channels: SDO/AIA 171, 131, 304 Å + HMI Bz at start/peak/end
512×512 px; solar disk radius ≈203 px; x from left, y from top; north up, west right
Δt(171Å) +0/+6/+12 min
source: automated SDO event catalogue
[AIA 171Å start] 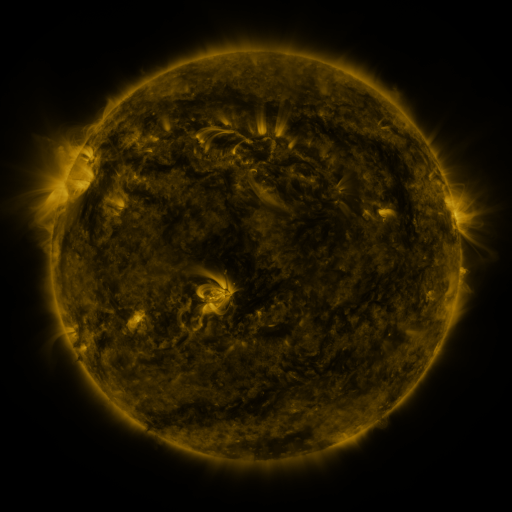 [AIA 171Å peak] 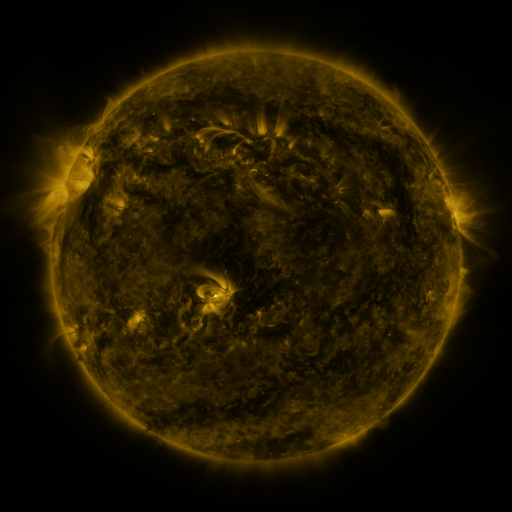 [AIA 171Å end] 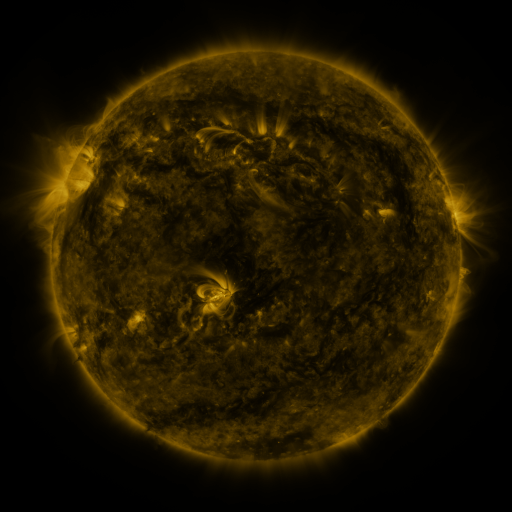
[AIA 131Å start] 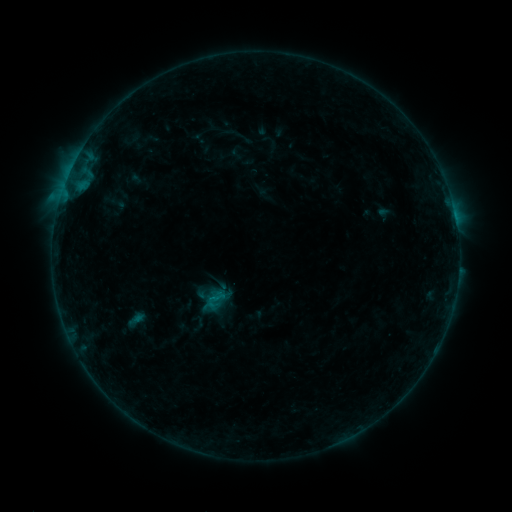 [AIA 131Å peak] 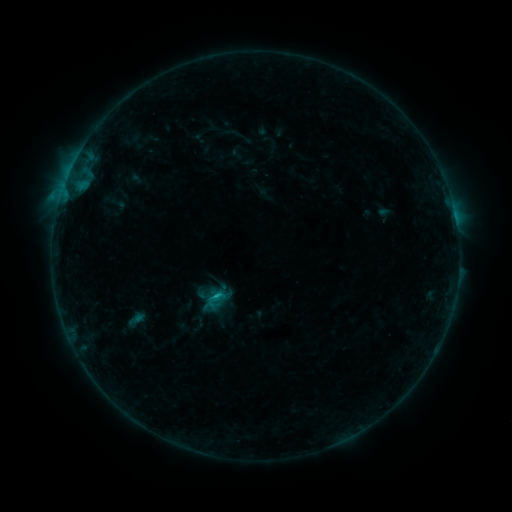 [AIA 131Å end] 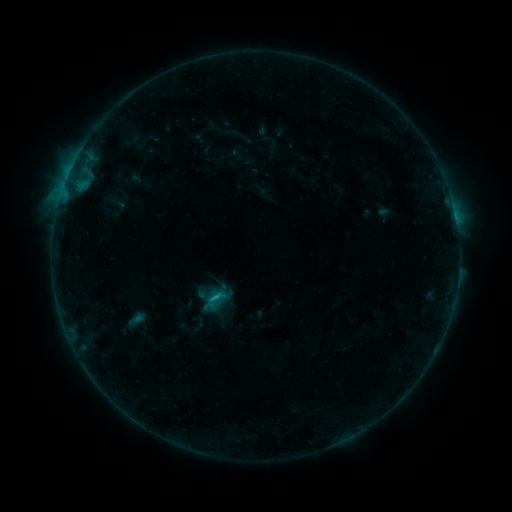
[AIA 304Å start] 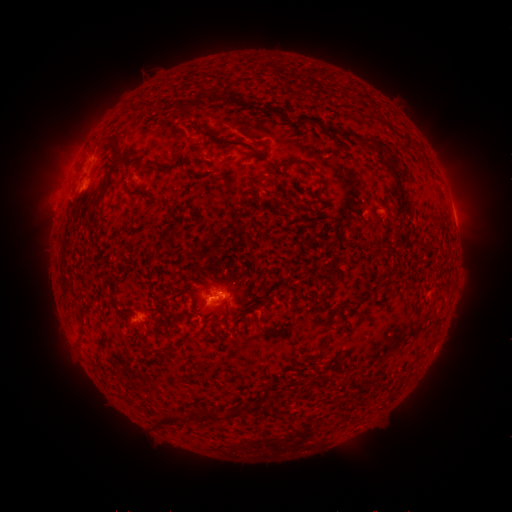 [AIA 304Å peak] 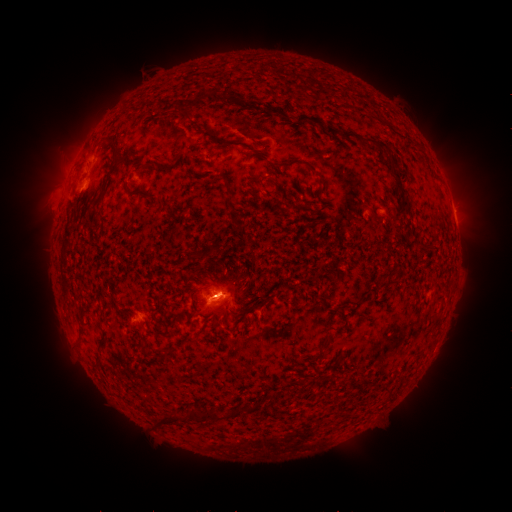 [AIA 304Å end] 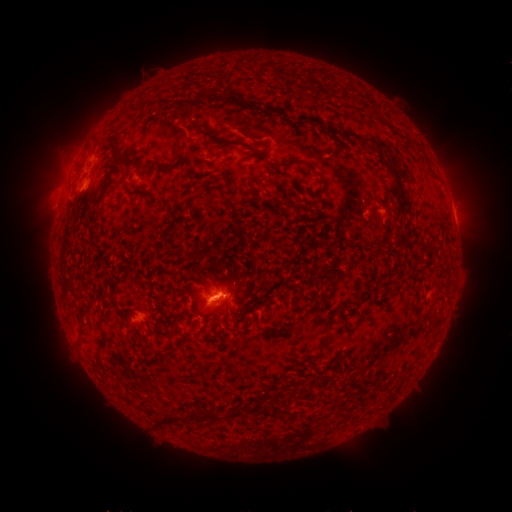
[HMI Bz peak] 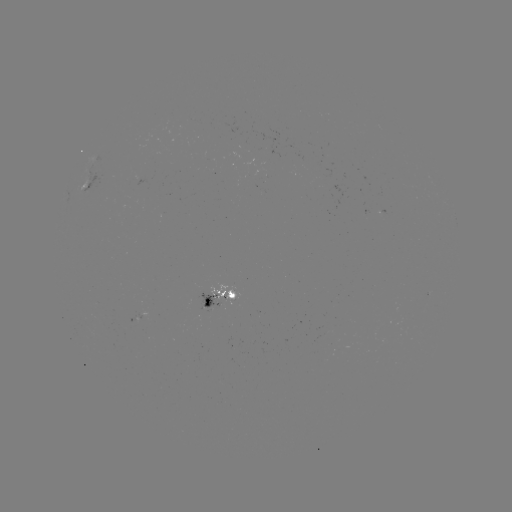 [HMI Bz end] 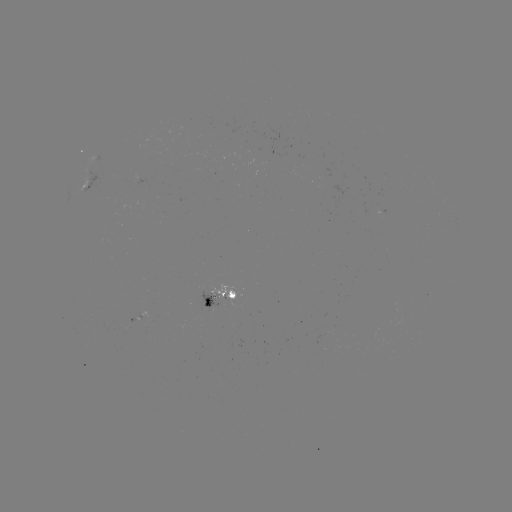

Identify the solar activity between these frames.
B8.4 flare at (218, 293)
